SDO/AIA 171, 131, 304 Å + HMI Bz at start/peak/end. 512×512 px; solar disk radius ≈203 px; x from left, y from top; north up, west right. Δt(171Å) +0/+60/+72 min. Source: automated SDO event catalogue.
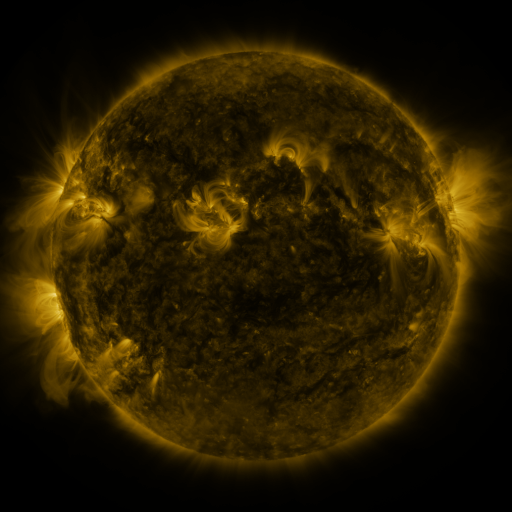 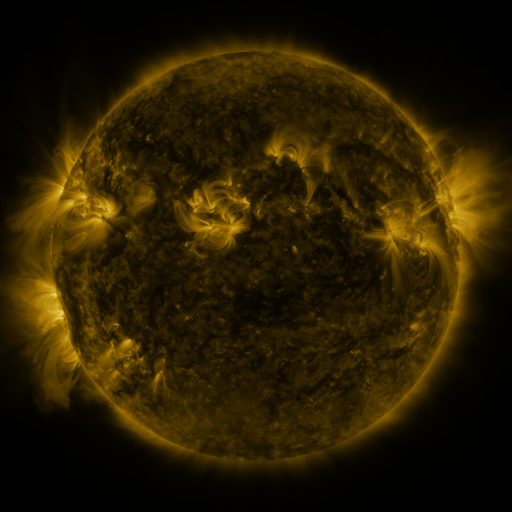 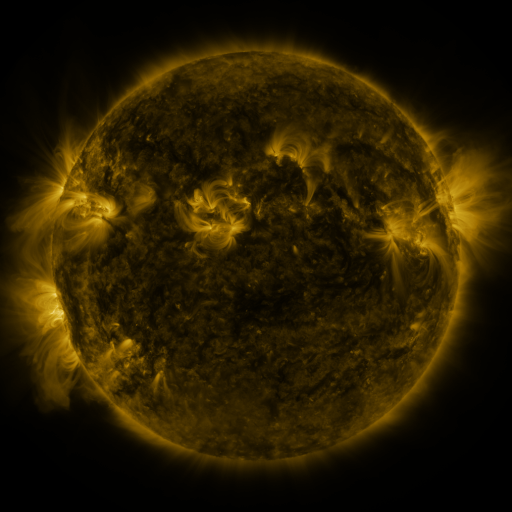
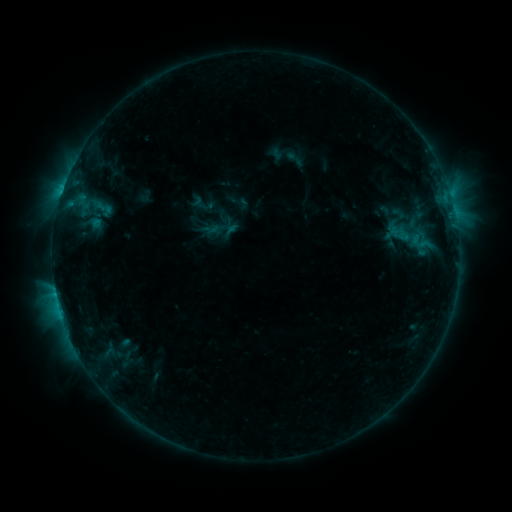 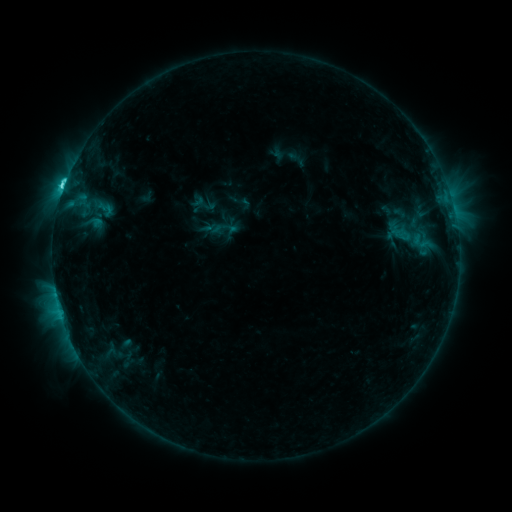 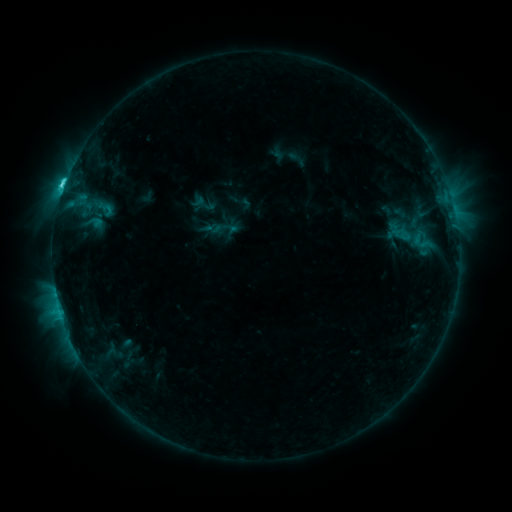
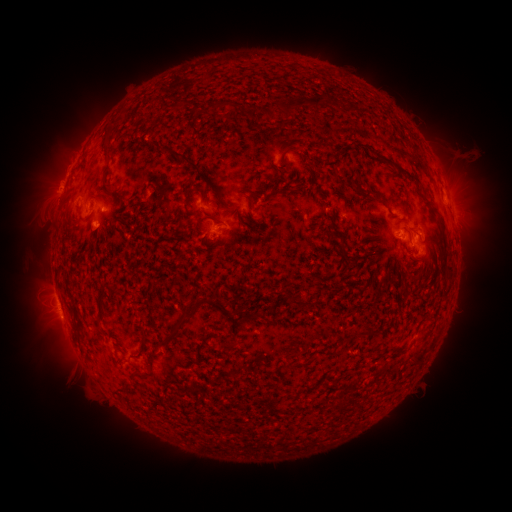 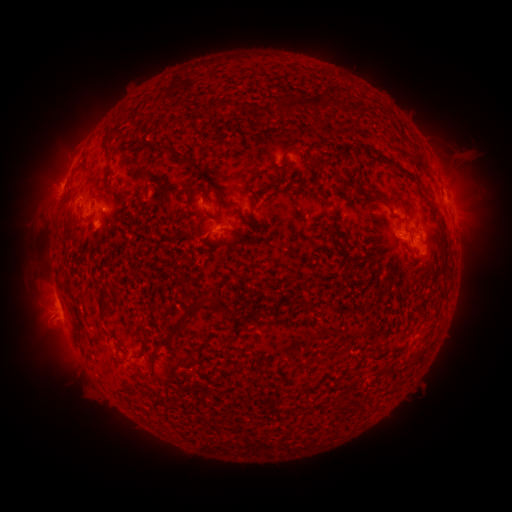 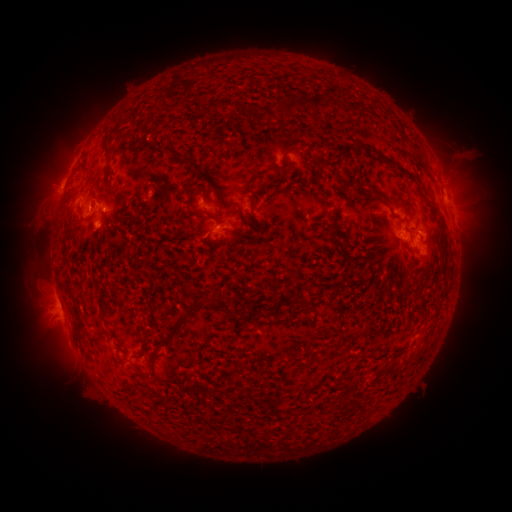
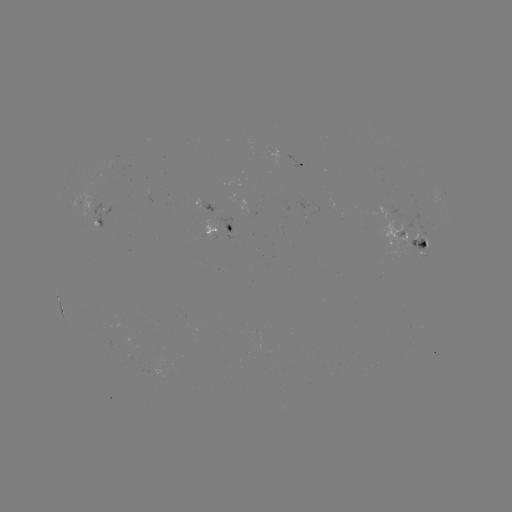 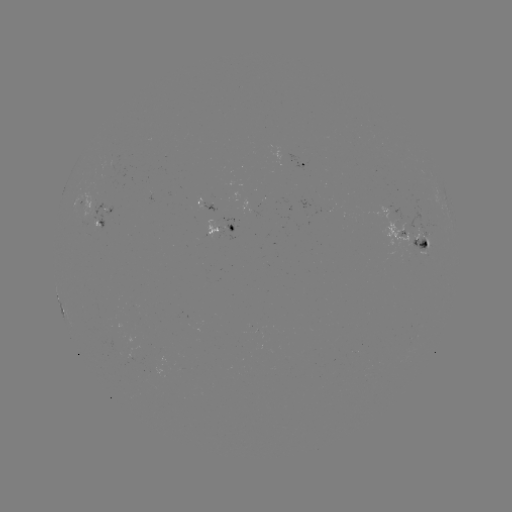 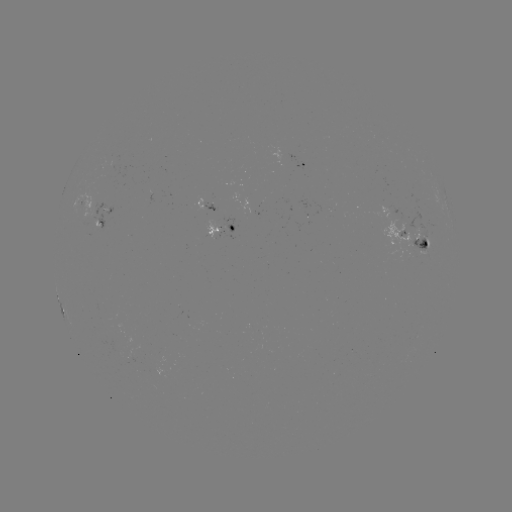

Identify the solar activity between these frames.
C3.5 flare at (63, 190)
